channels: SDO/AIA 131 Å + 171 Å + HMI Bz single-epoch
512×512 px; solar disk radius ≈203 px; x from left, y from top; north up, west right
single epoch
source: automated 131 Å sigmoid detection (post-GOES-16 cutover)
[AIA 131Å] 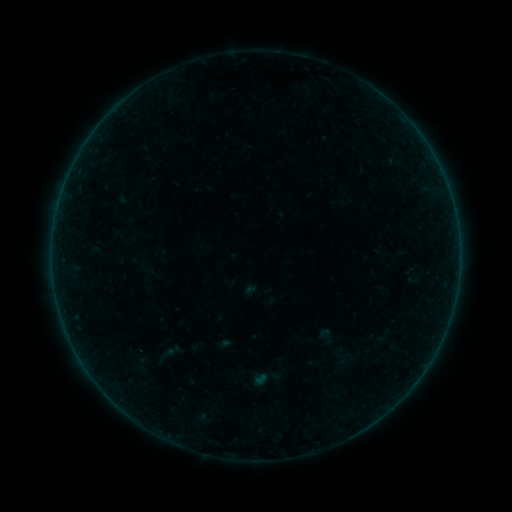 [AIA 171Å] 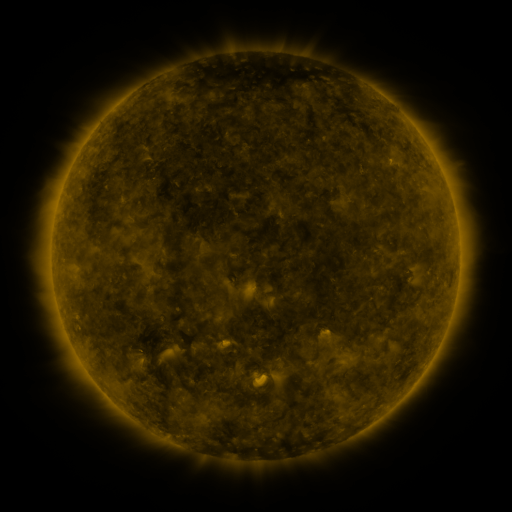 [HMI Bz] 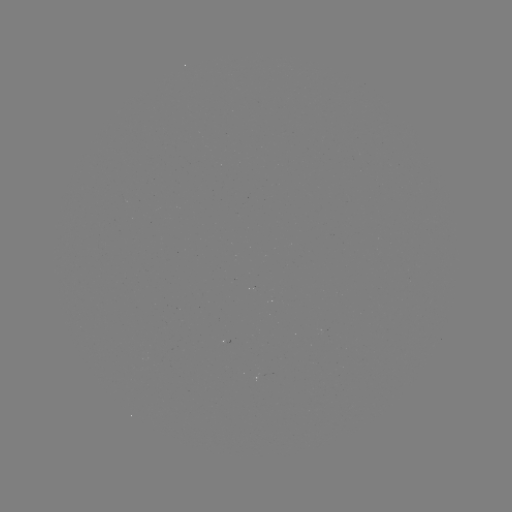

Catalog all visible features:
sigmoid: (327, 335)
sigmoid: (163, 356)
